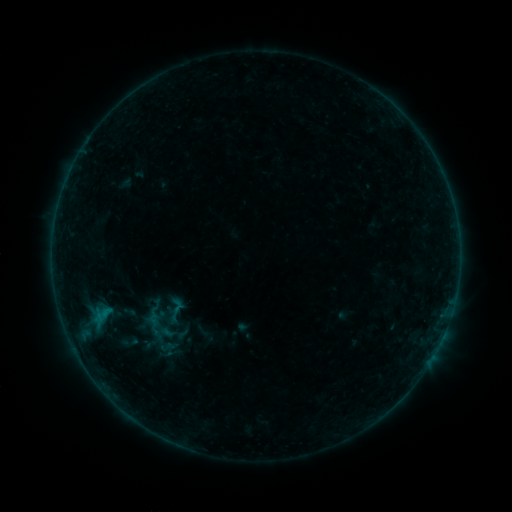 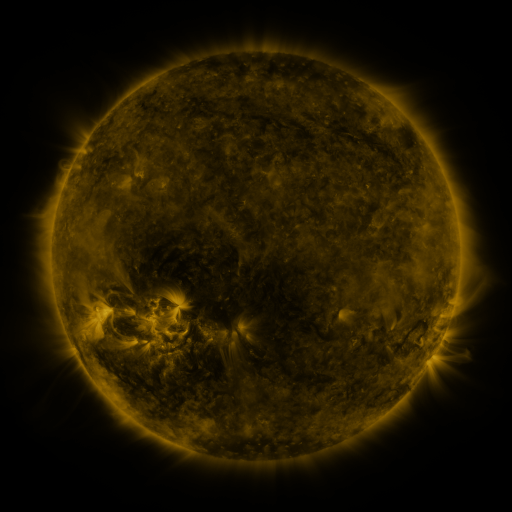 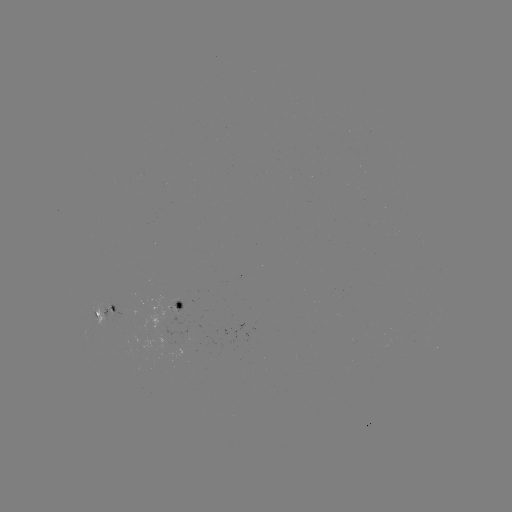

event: sigmoid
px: (174, 315)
